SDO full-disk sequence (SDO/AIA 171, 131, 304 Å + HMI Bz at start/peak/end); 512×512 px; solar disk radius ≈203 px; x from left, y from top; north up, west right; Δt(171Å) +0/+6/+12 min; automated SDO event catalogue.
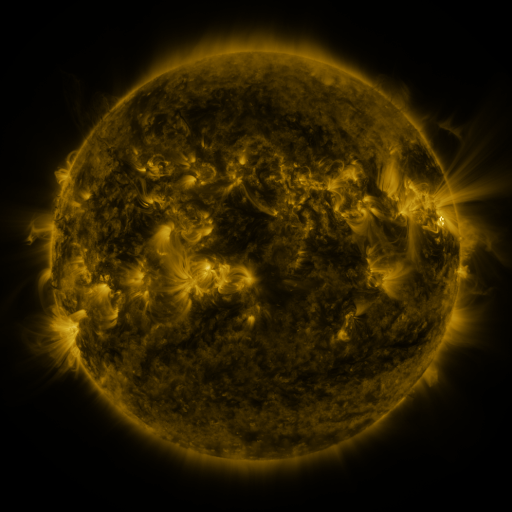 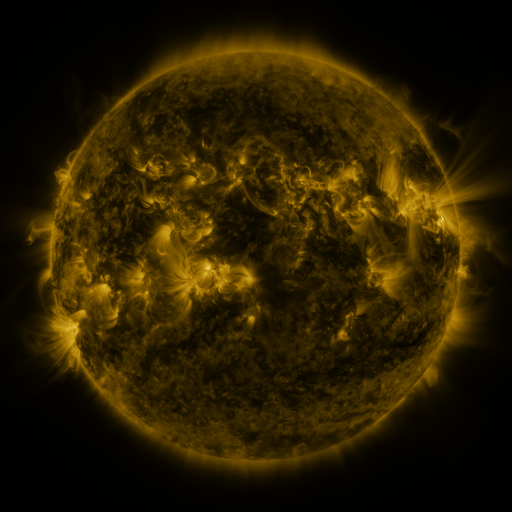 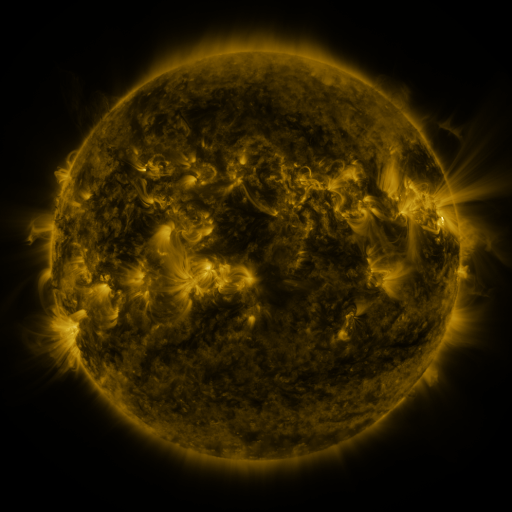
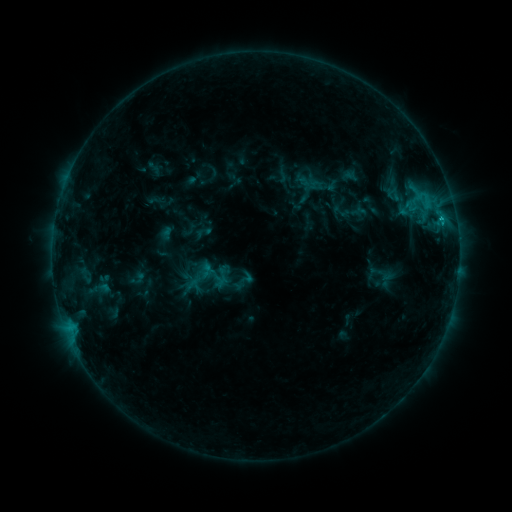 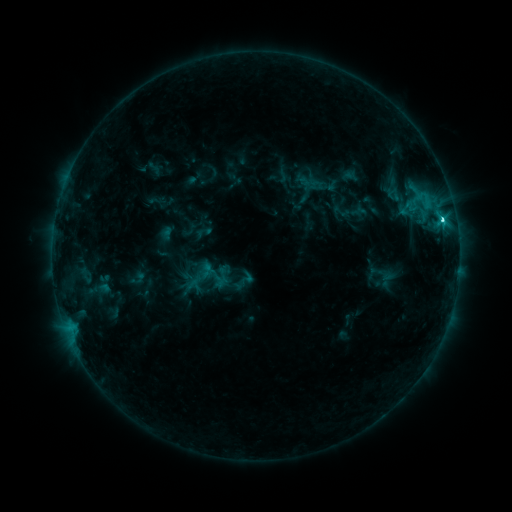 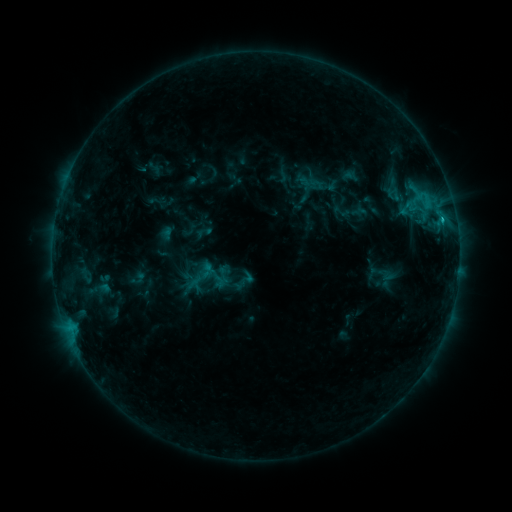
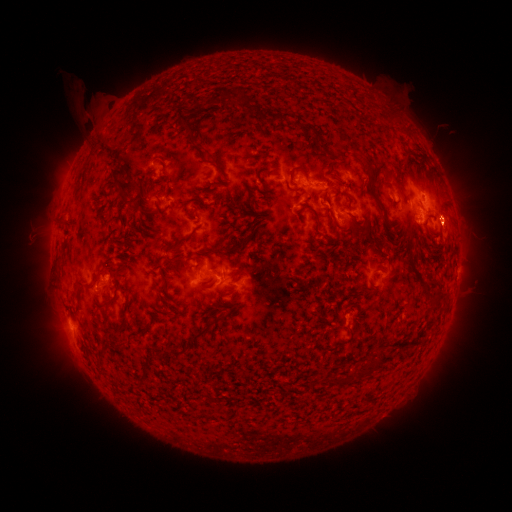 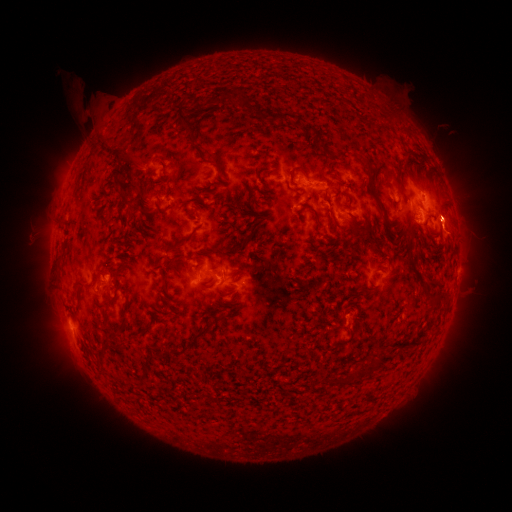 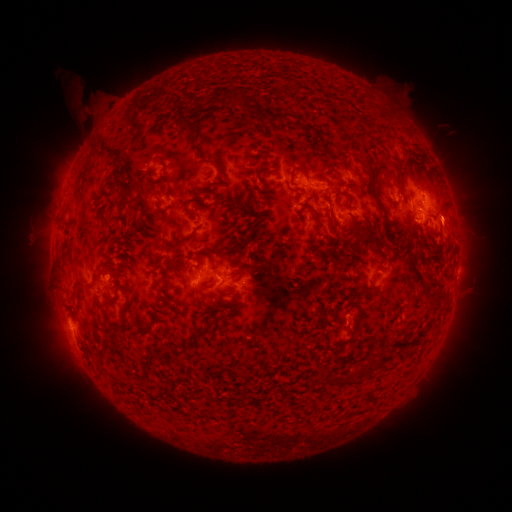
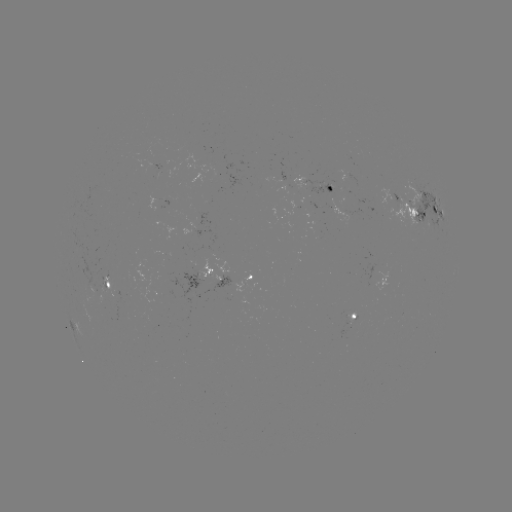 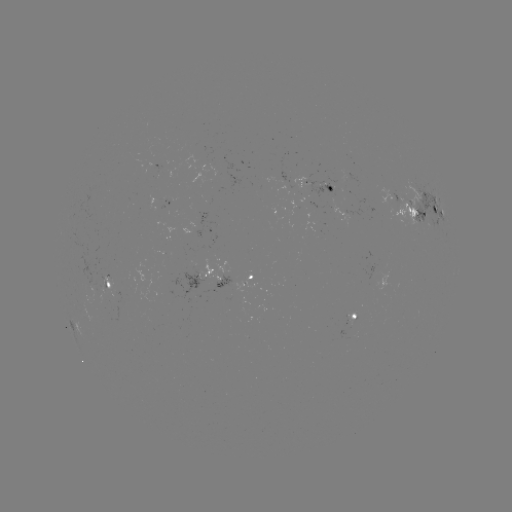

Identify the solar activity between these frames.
C2.5 flare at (442, 220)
